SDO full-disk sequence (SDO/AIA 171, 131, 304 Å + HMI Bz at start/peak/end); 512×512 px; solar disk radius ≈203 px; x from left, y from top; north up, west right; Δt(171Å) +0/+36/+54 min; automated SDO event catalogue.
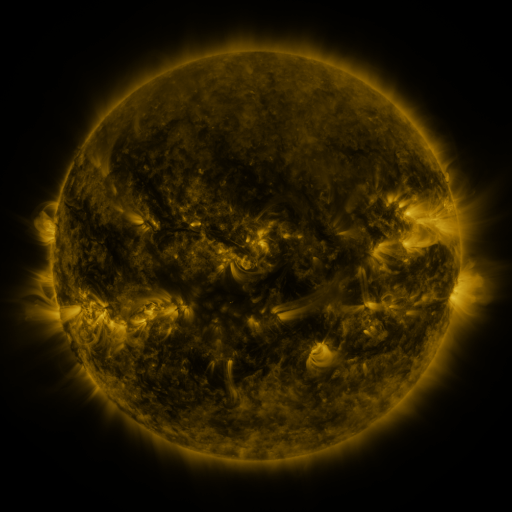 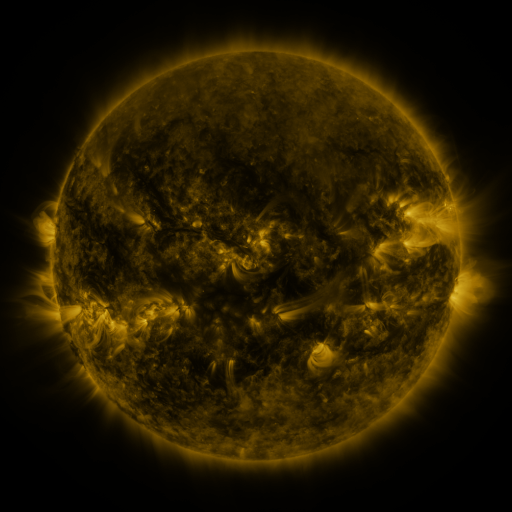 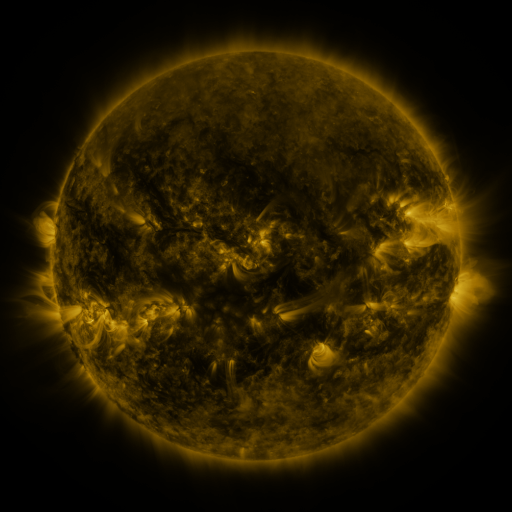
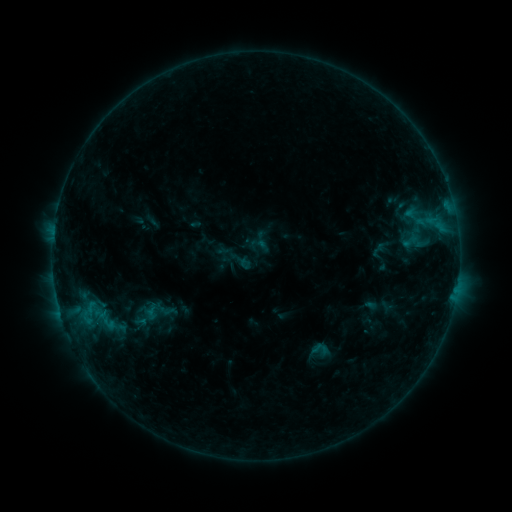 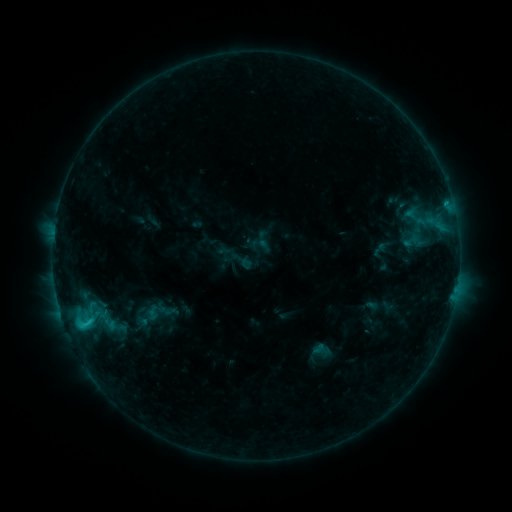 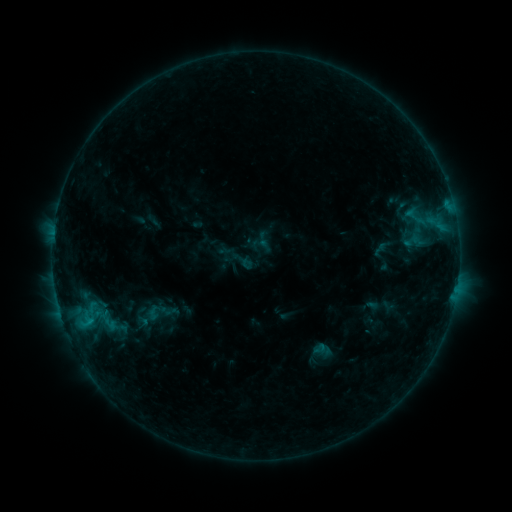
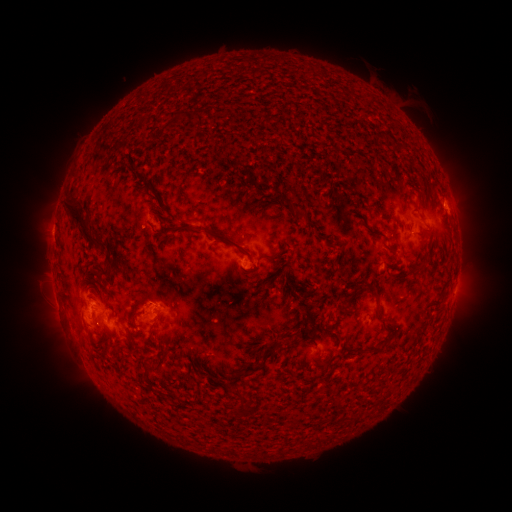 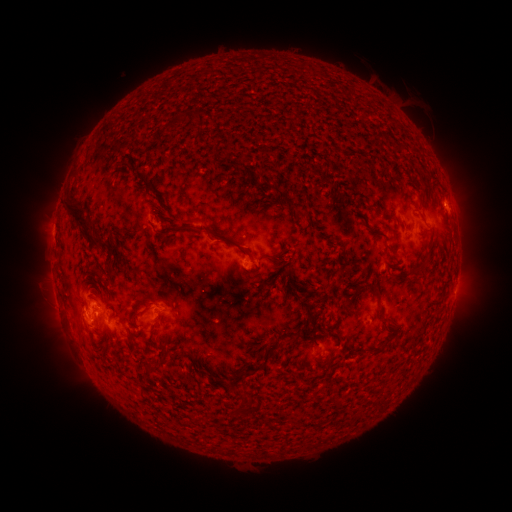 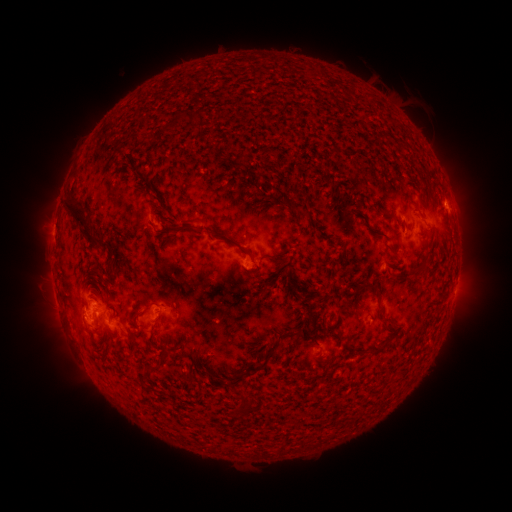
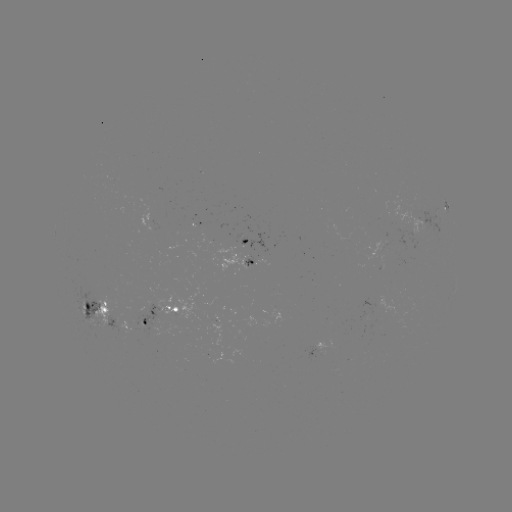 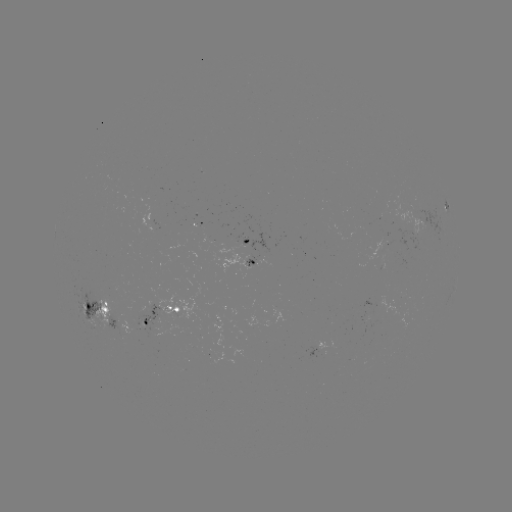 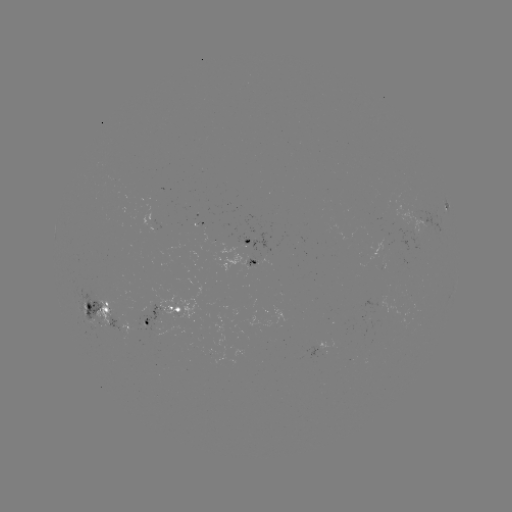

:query C1.6 flare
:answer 84,323